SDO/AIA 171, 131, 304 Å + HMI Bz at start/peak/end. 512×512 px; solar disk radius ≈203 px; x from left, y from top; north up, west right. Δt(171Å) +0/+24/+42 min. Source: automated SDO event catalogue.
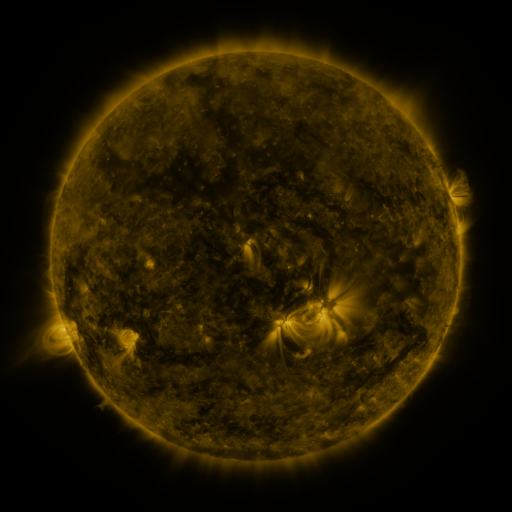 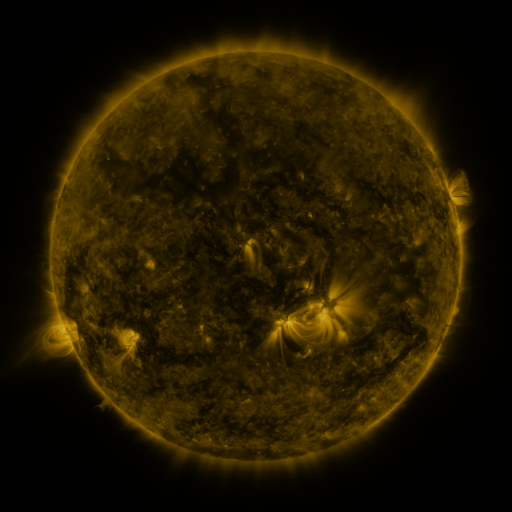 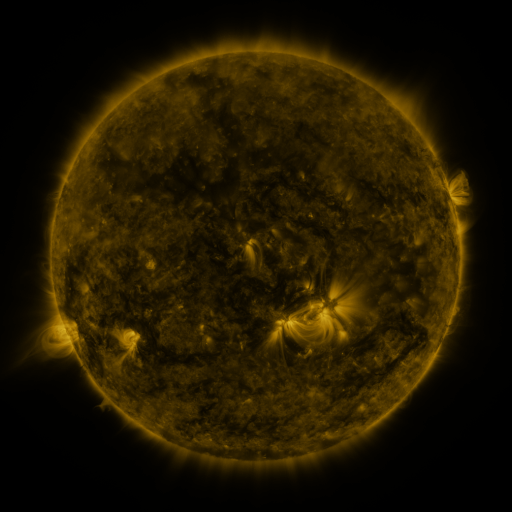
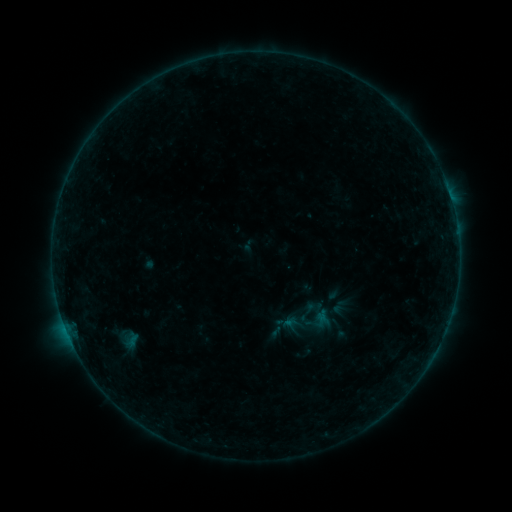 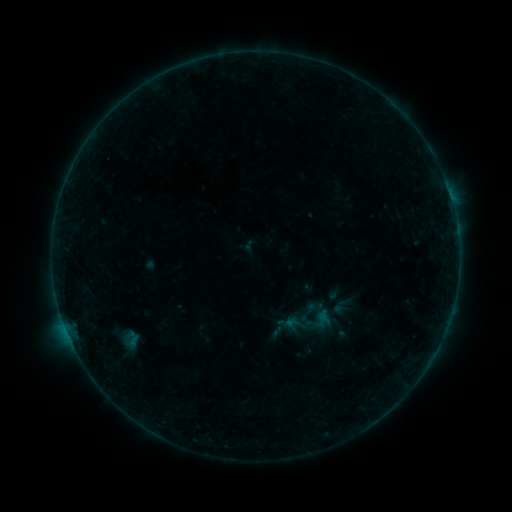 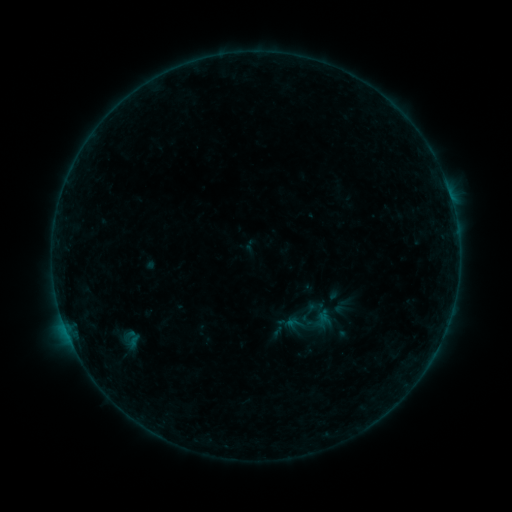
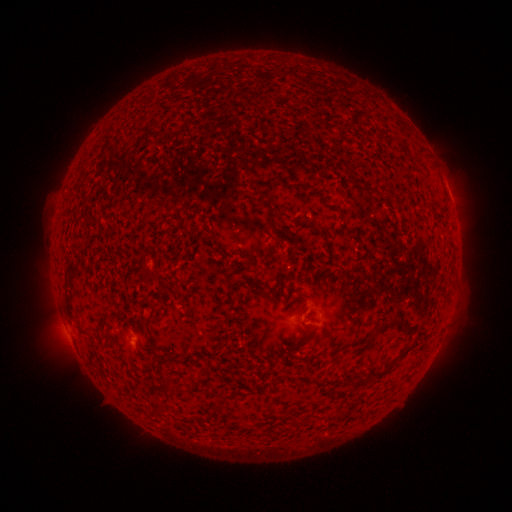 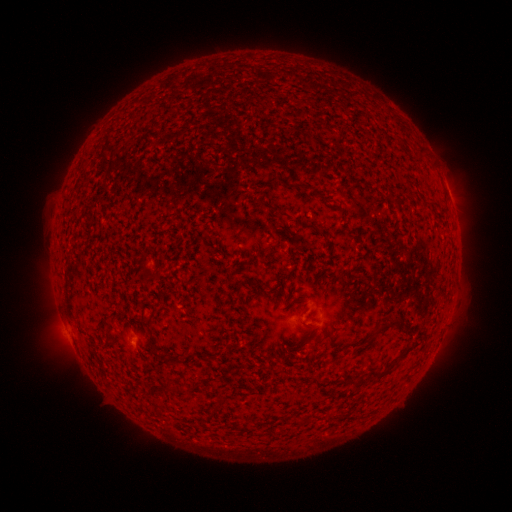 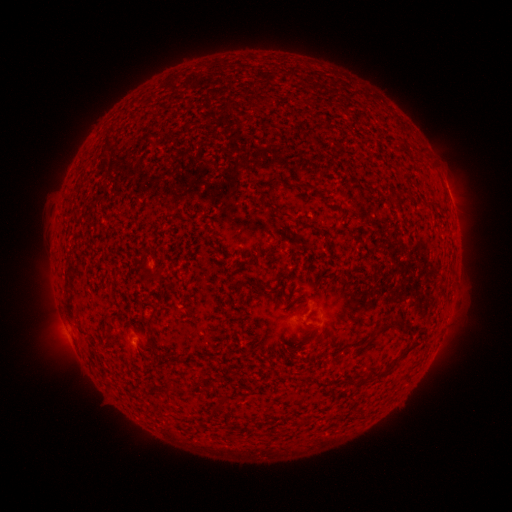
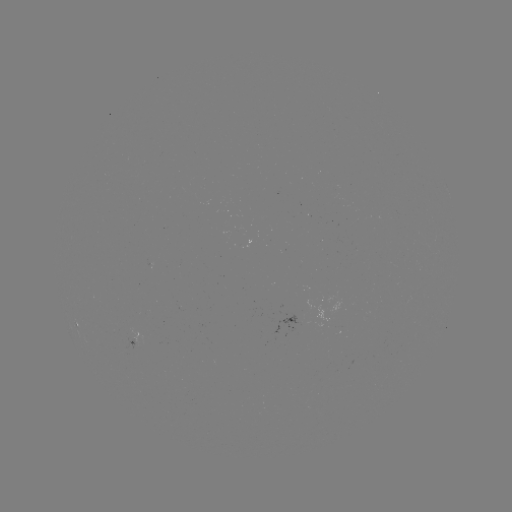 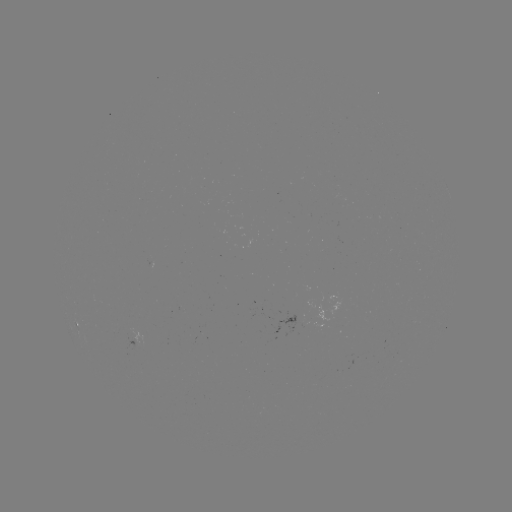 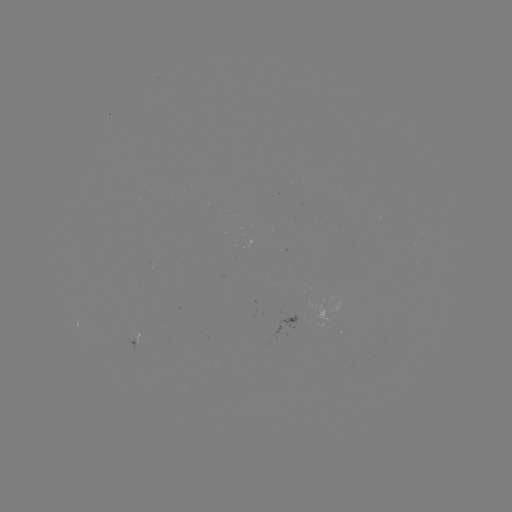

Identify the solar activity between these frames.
no catalogued flare and no flagged EUV brightening in this window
